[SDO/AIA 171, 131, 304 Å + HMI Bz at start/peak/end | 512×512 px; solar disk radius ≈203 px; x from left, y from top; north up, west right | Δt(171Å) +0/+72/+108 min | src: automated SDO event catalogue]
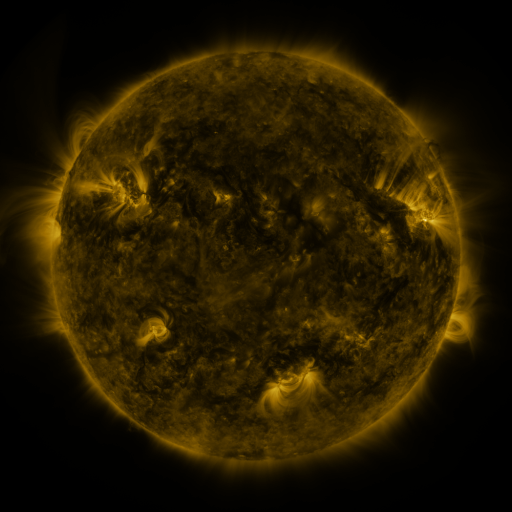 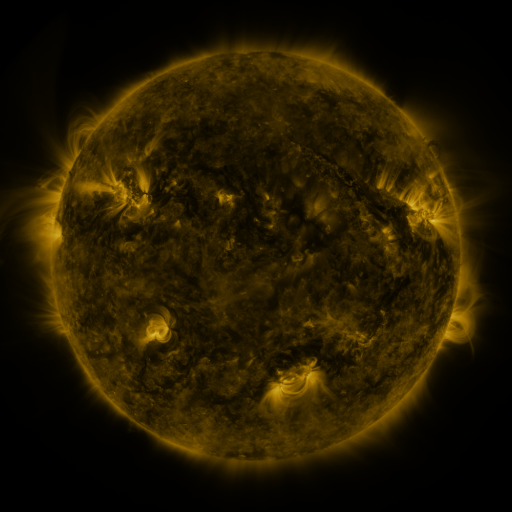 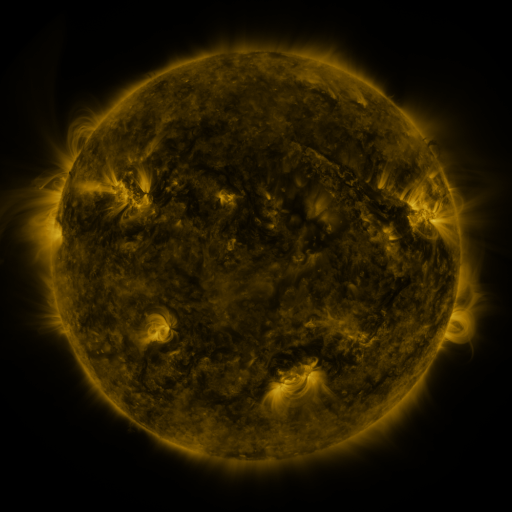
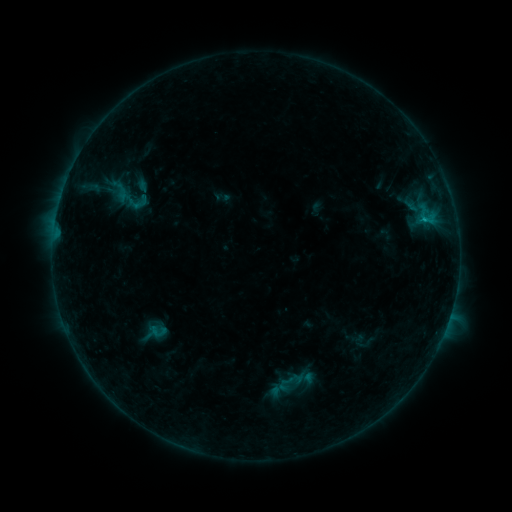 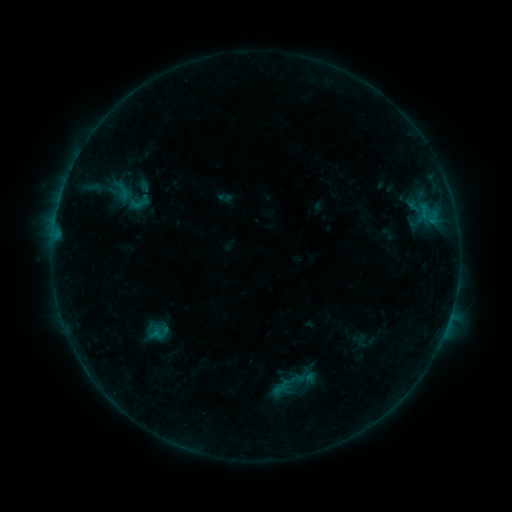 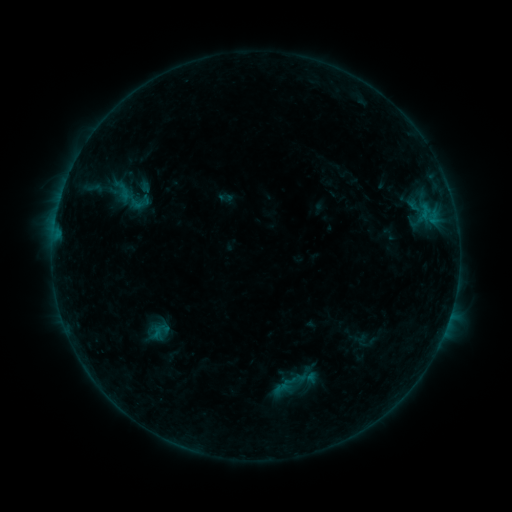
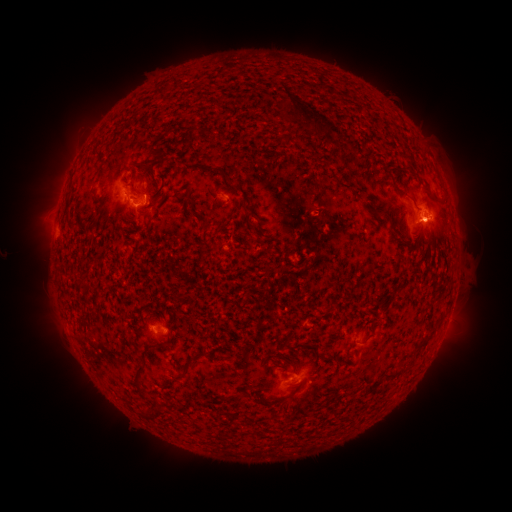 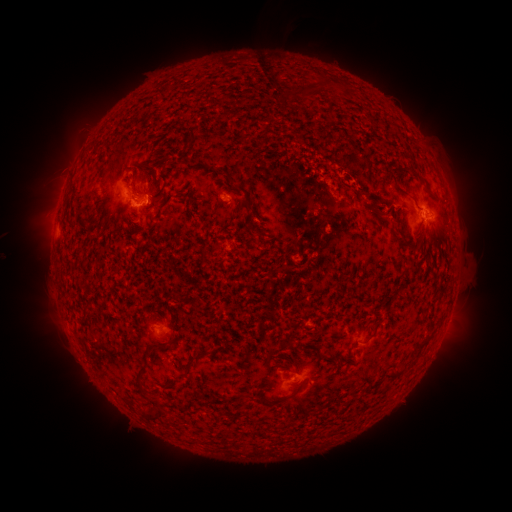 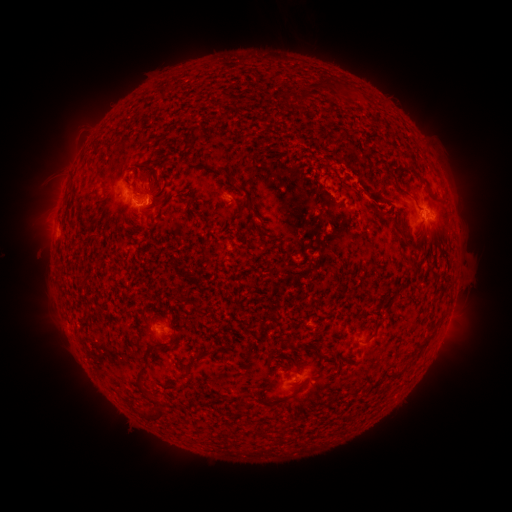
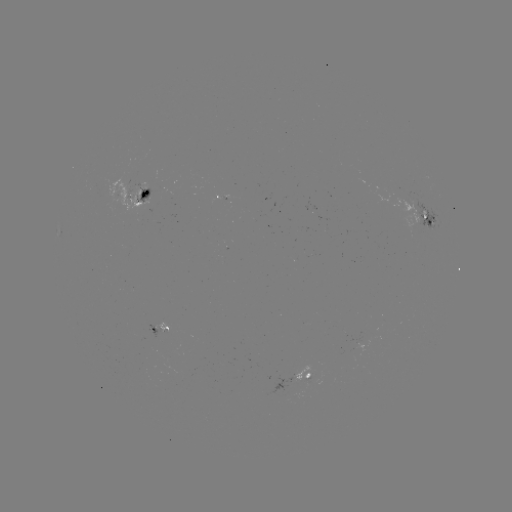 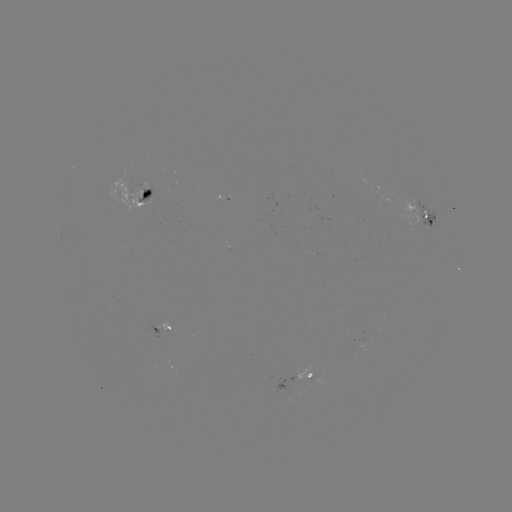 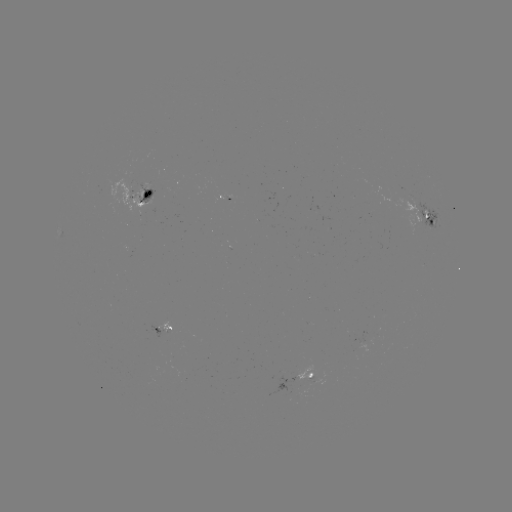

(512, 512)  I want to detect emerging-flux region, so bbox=[352, 332, 371, 344].